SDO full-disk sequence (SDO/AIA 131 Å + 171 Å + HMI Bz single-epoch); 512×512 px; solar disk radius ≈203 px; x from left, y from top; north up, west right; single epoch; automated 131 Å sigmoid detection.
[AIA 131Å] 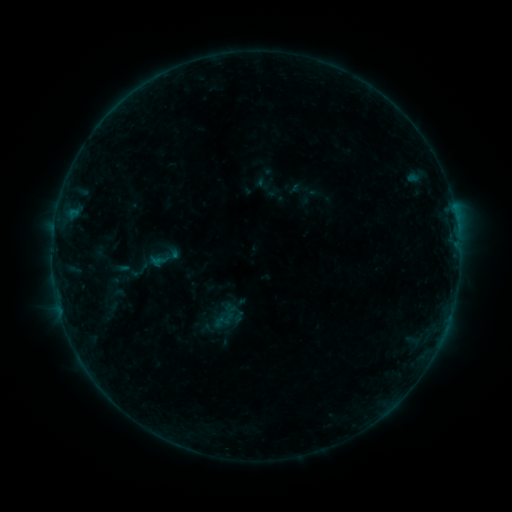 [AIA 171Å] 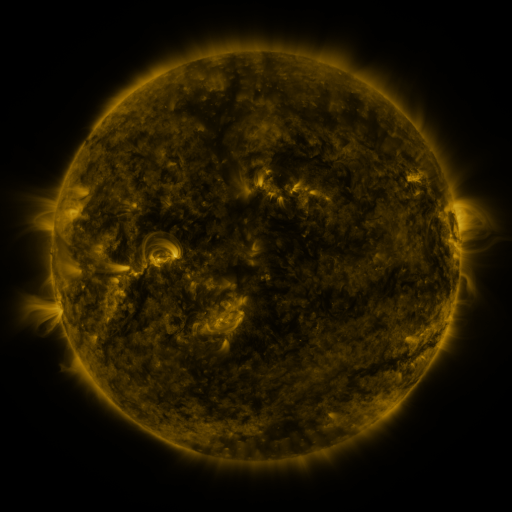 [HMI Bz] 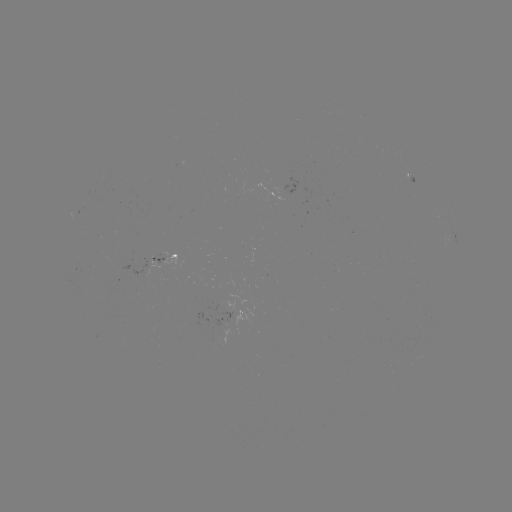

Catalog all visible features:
sigmoid: (238, 317)
